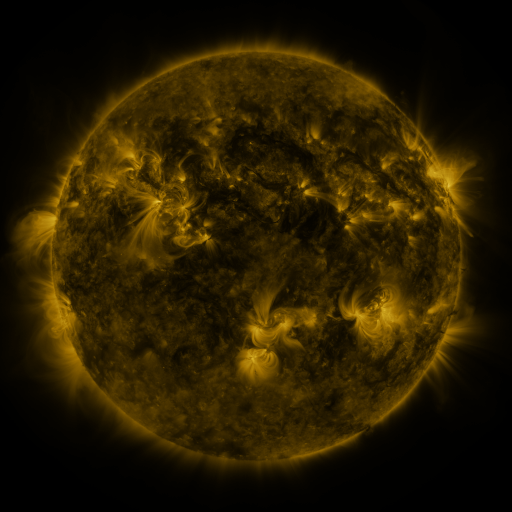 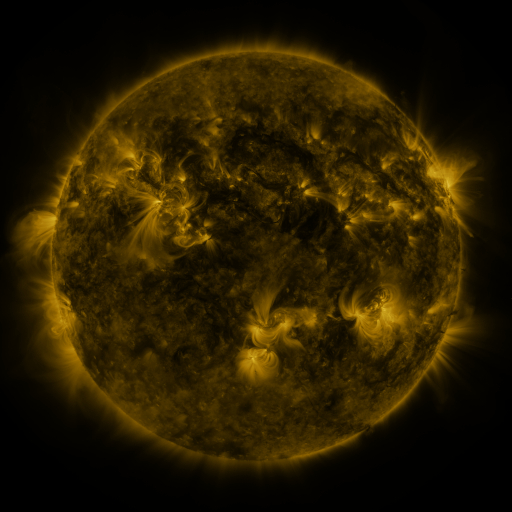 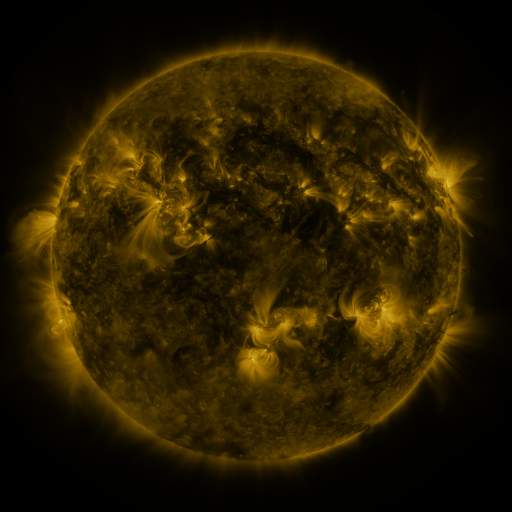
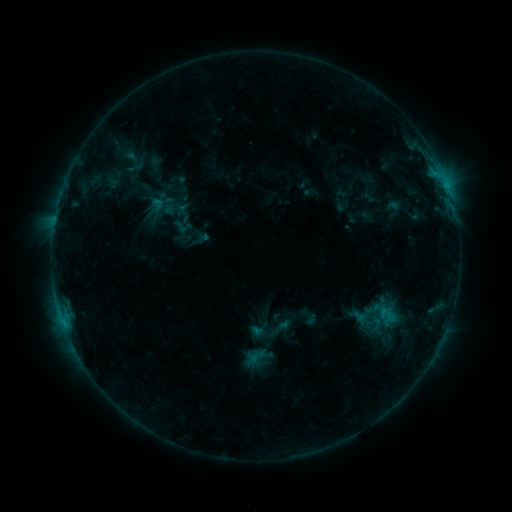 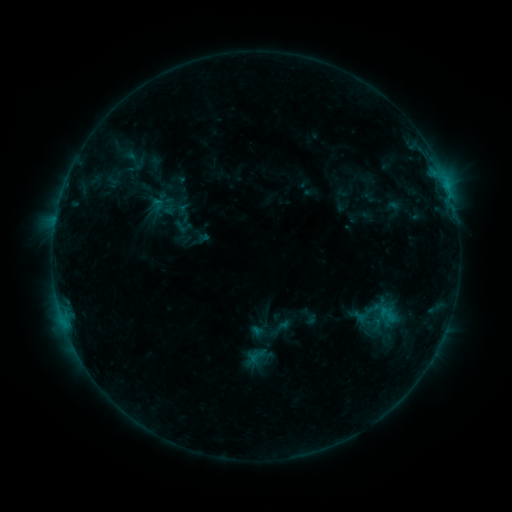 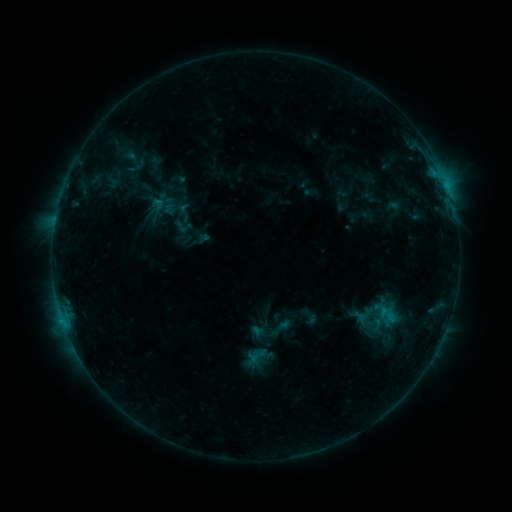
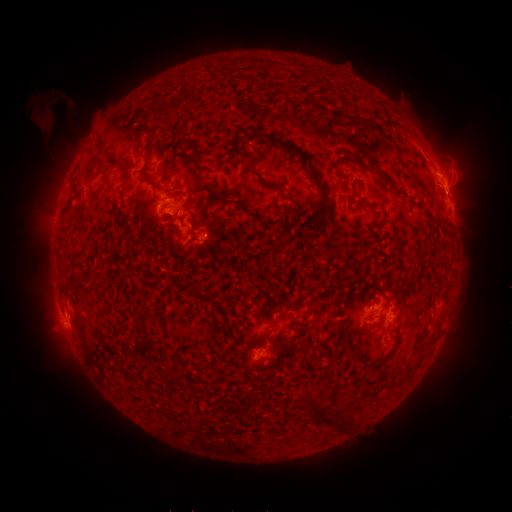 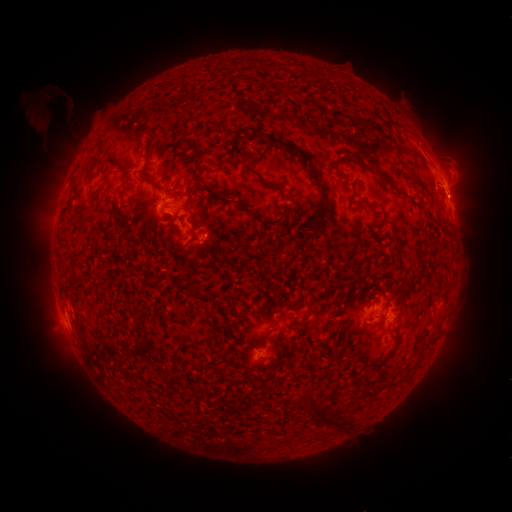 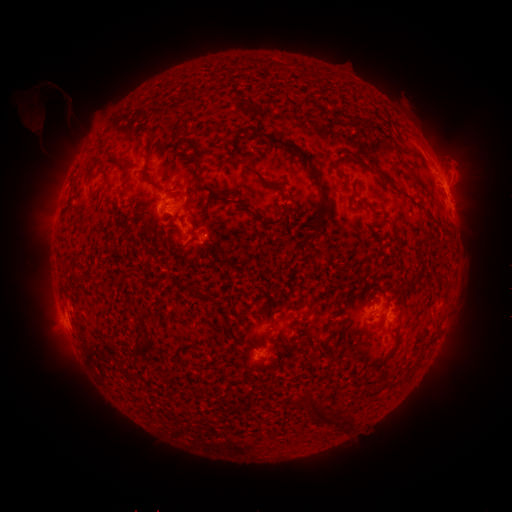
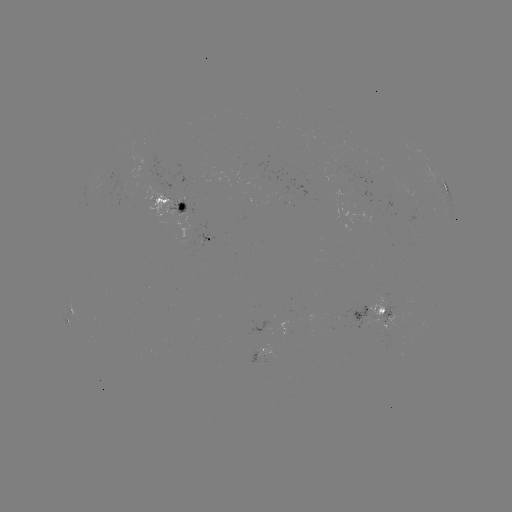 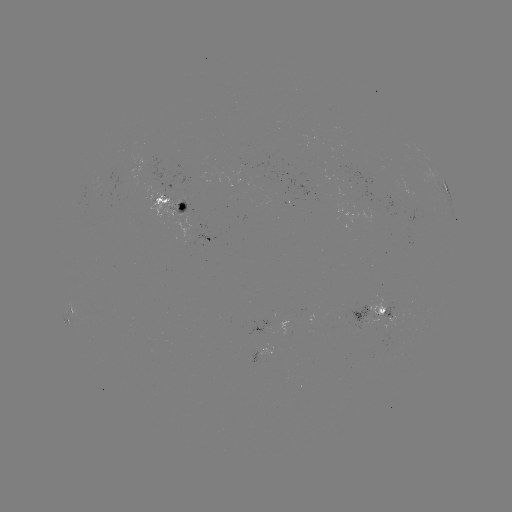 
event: eruption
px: (458, 200)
